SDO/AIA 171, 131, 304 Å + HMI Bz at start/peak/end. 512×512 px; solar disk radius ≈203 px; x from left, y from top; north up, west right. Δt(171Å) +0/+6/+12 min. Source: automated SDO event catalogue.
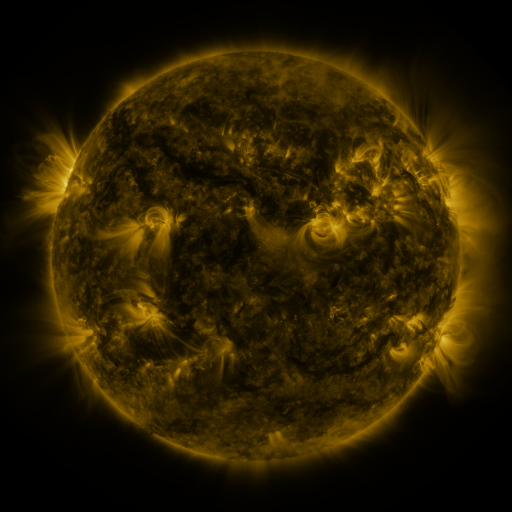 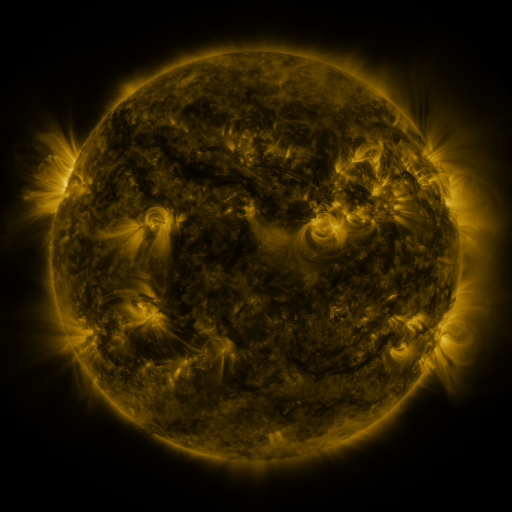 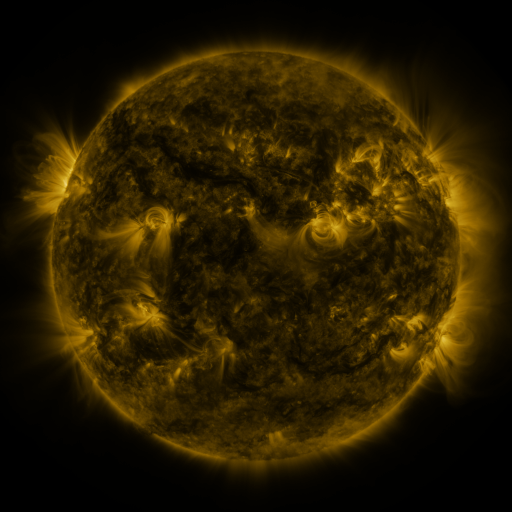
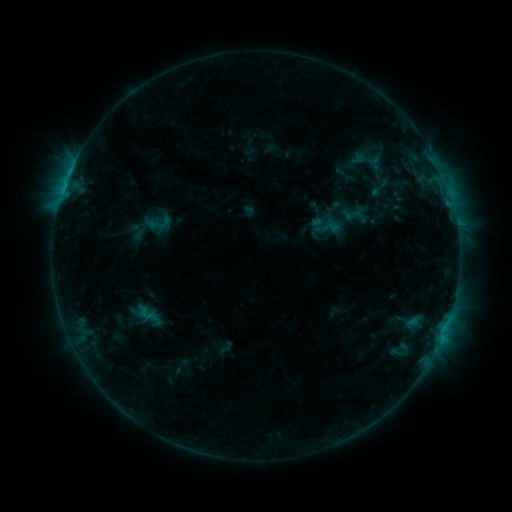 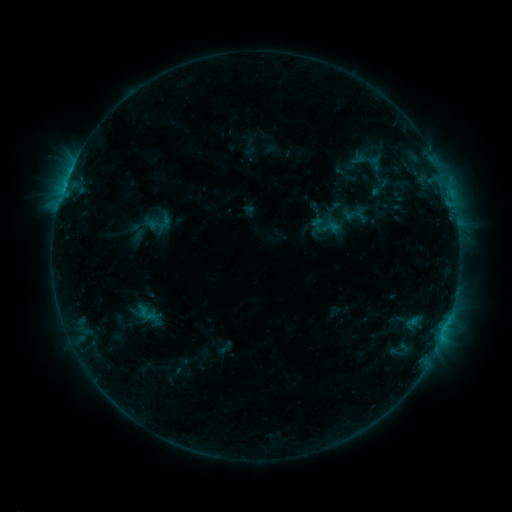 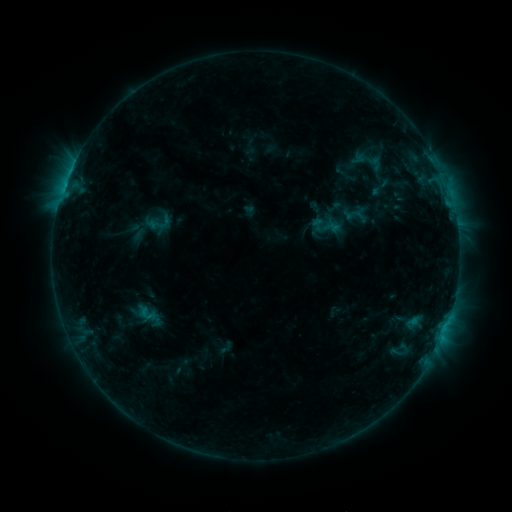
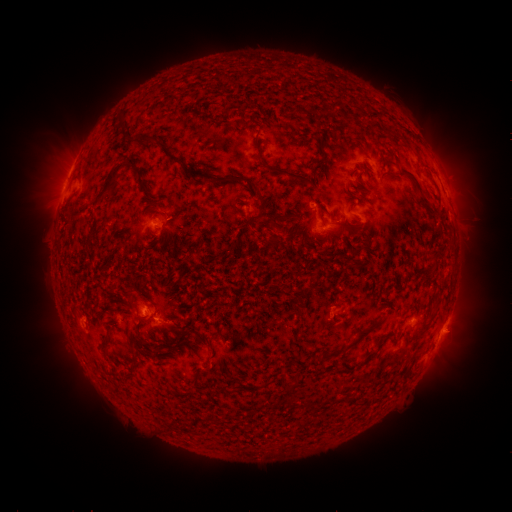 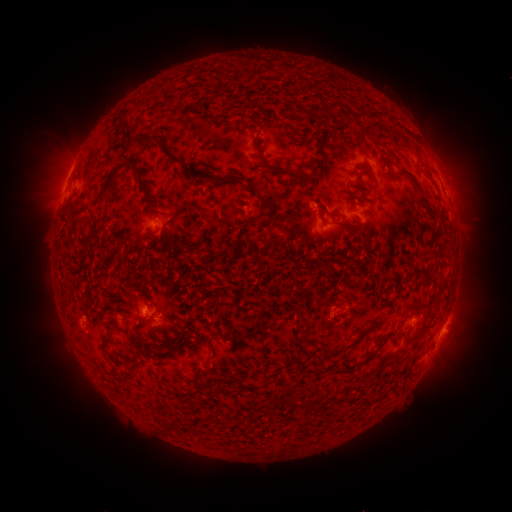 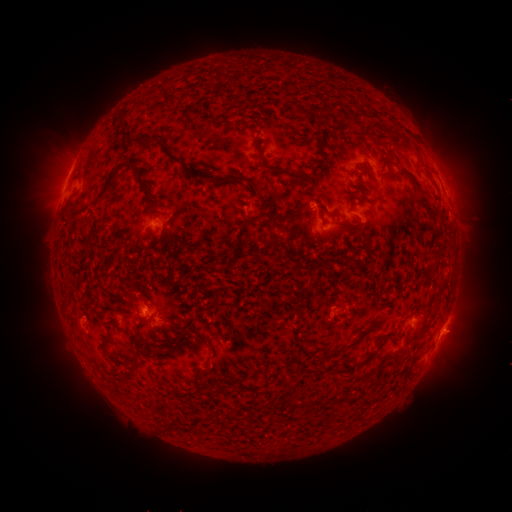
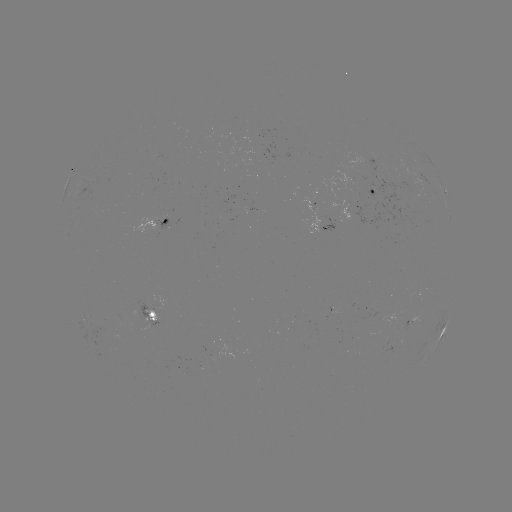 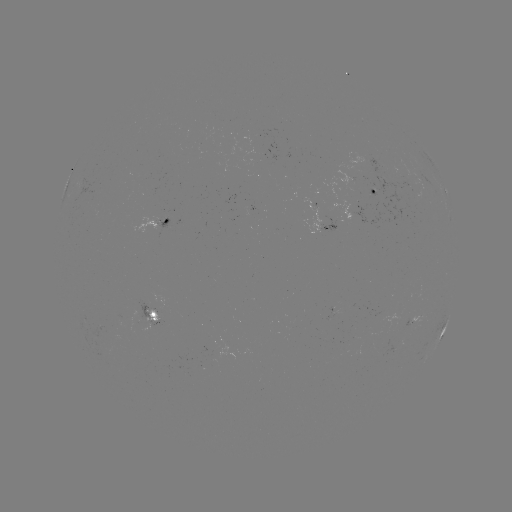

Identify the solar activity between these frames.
no classed flare was catalogued and no EUV brightening was flagged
